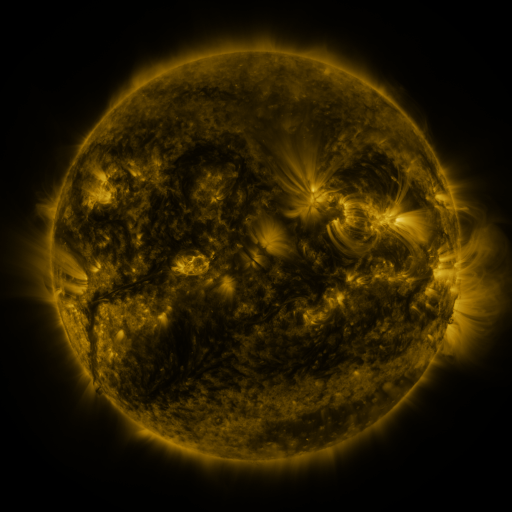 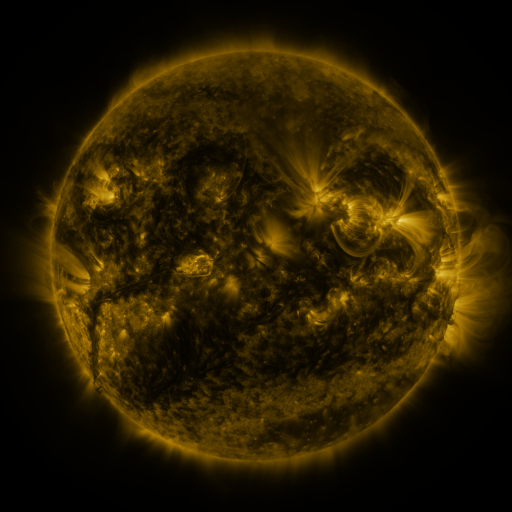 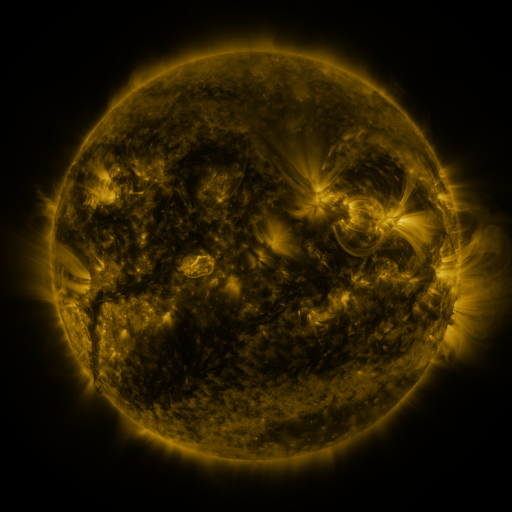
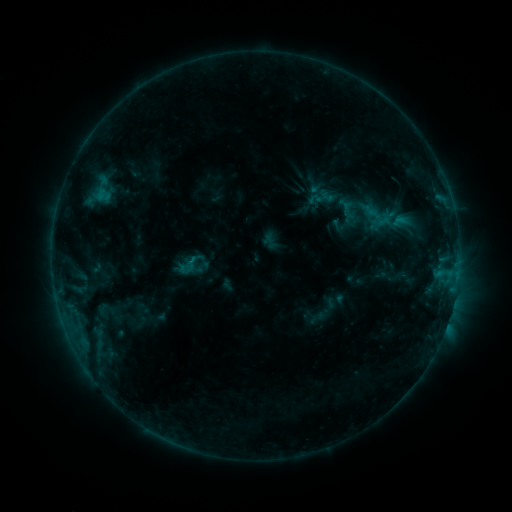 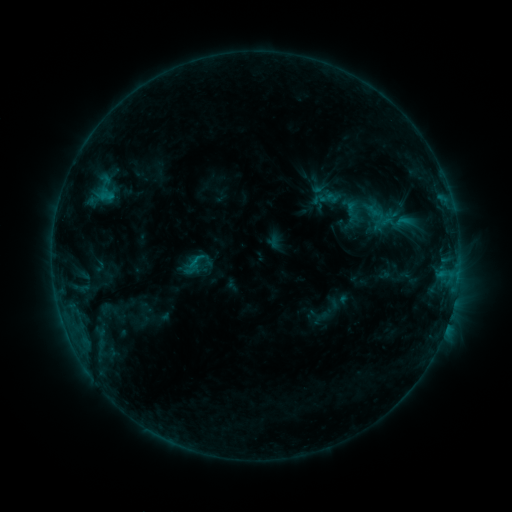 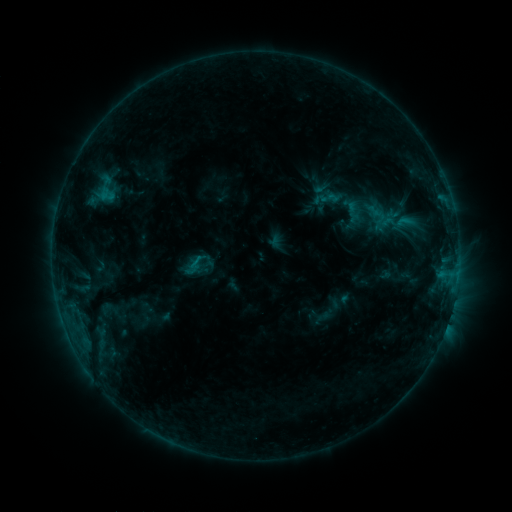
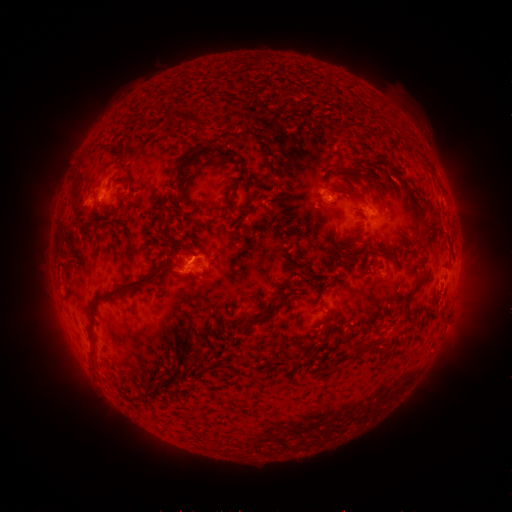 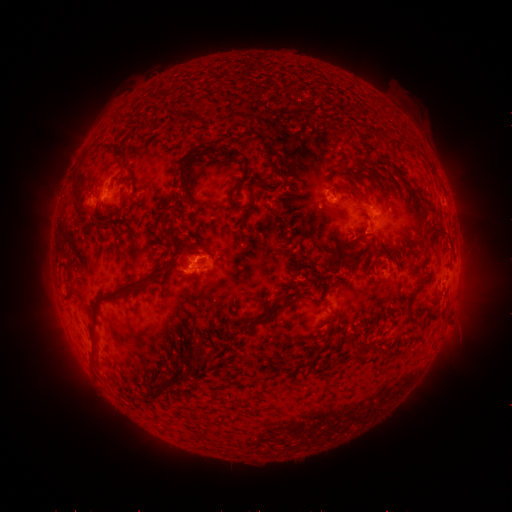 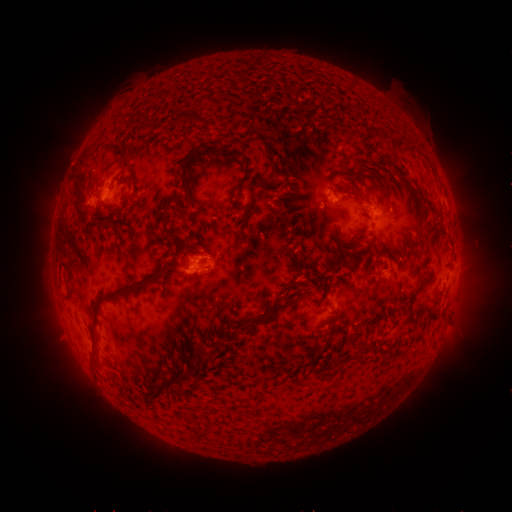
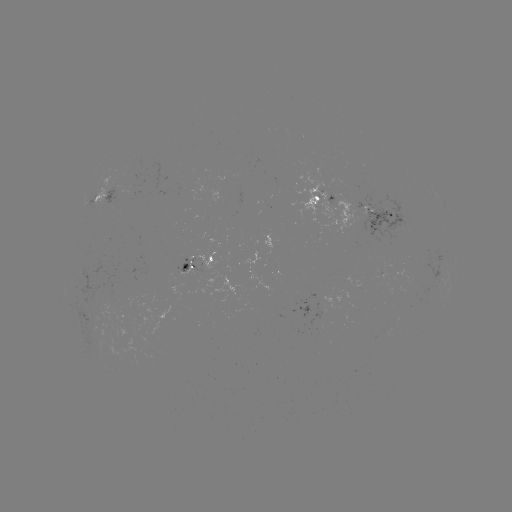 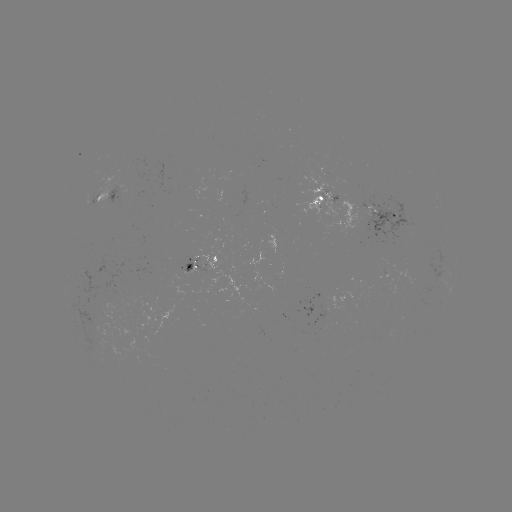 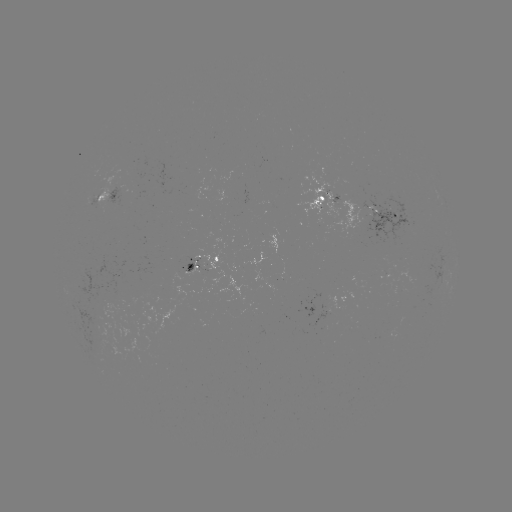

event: emerging-flux region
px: (386, 271)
